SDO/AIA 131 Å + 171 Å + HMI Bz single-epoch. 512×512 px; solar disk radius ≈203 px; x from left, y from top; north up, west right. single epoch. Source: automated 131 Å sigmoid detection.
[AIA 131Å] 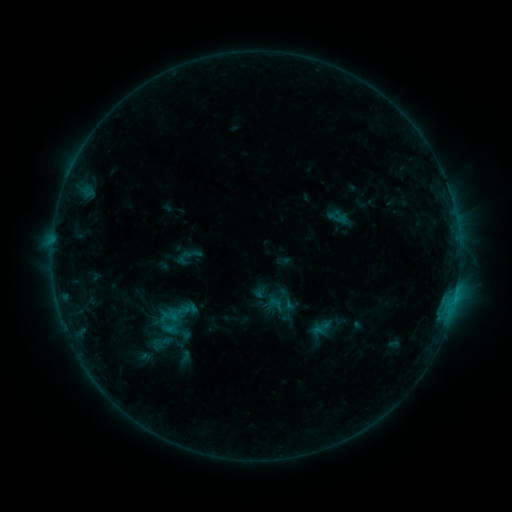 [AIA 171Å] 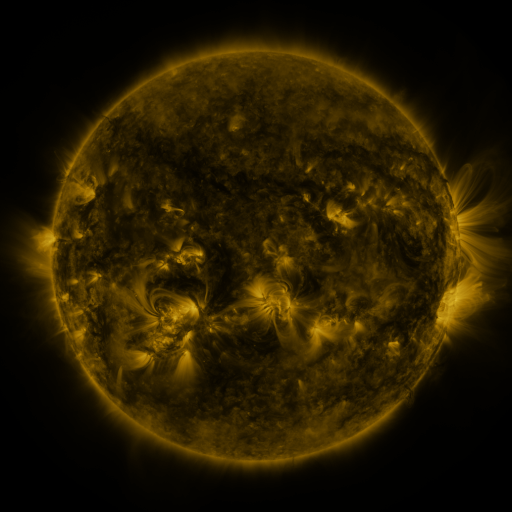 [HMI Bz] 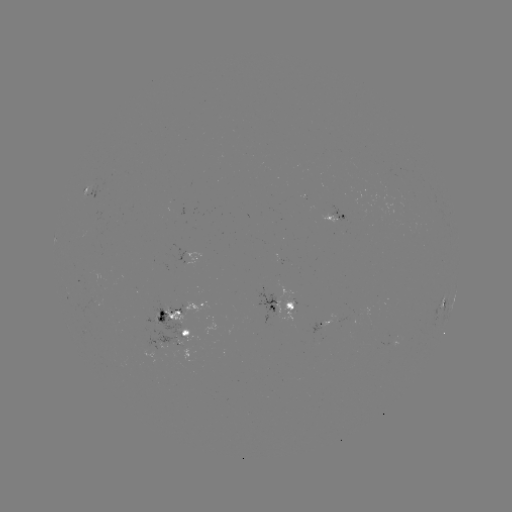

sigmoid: [264, 295, 291, 323]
